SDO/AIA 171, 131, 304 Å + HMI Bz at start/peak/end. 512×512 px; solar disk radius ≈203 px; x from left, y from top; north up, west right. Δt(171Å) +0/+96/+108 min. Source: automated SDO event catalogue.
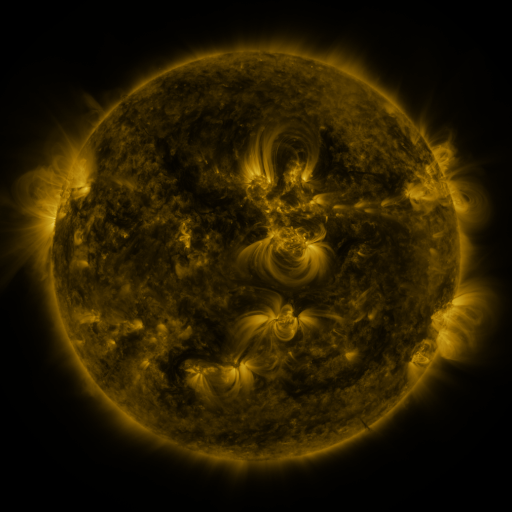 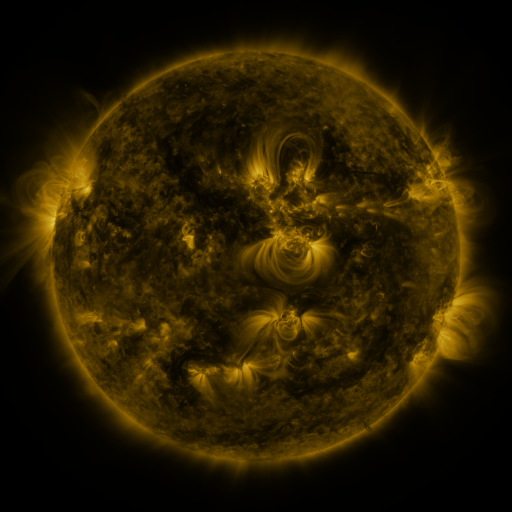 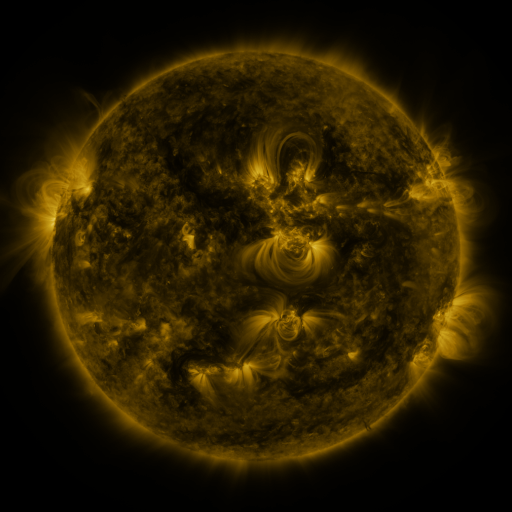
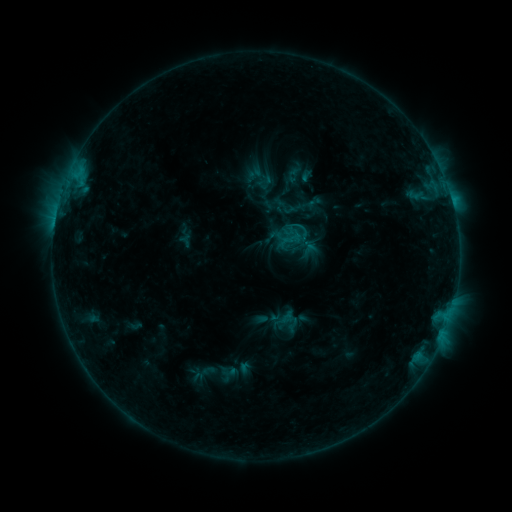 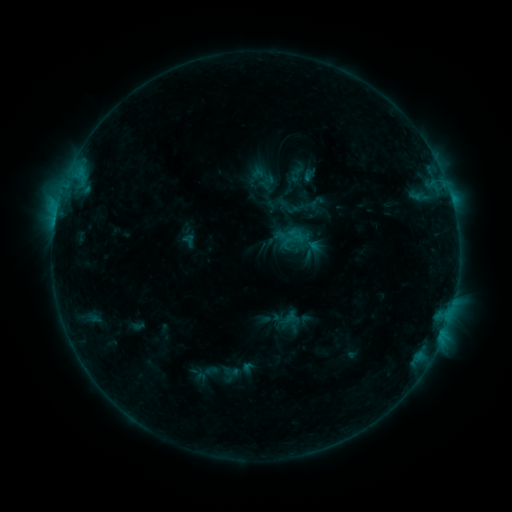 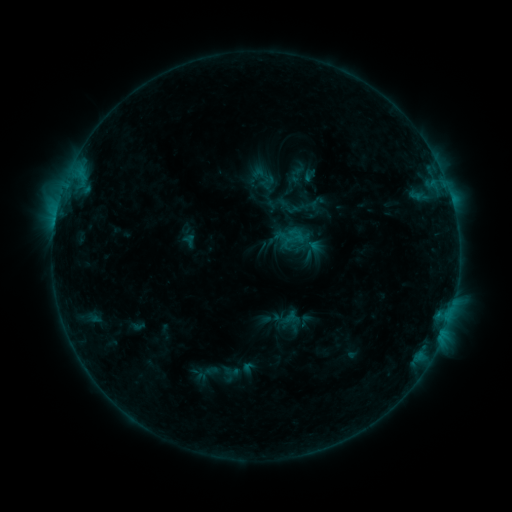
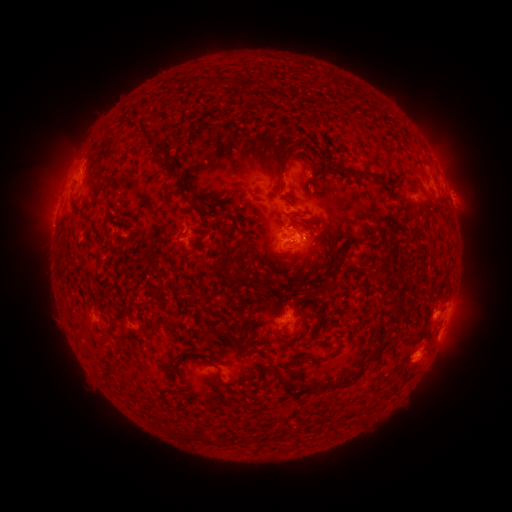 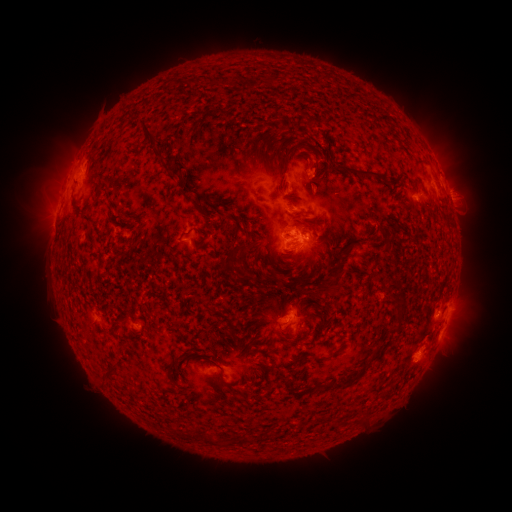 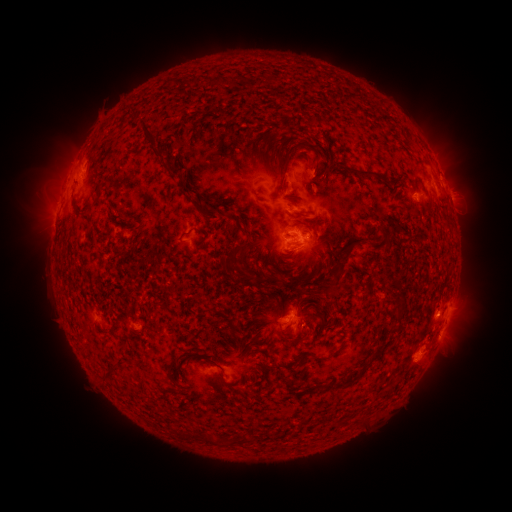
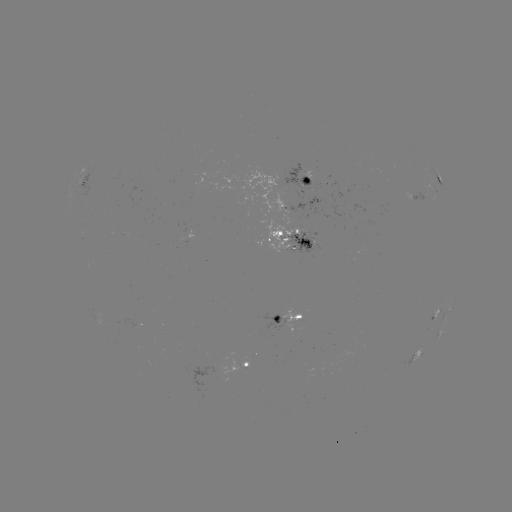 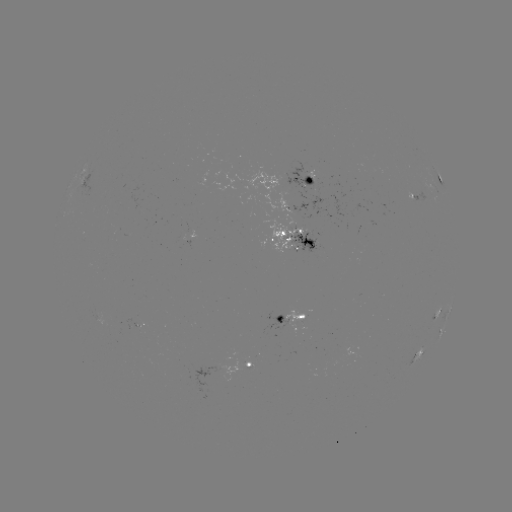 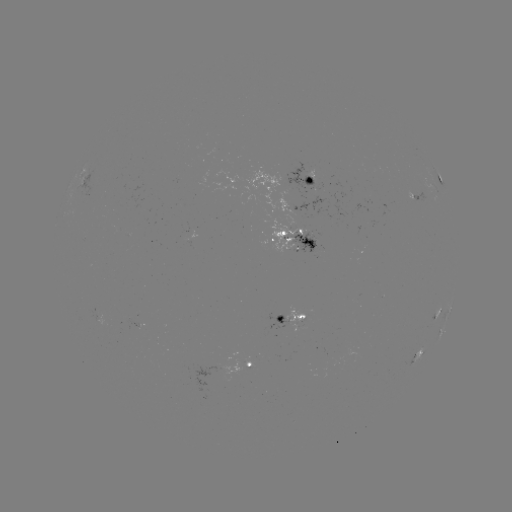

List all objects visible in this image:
emerging-flux region: (411, 194)
